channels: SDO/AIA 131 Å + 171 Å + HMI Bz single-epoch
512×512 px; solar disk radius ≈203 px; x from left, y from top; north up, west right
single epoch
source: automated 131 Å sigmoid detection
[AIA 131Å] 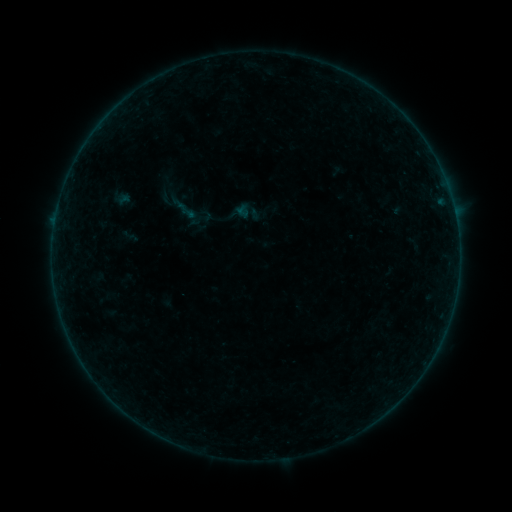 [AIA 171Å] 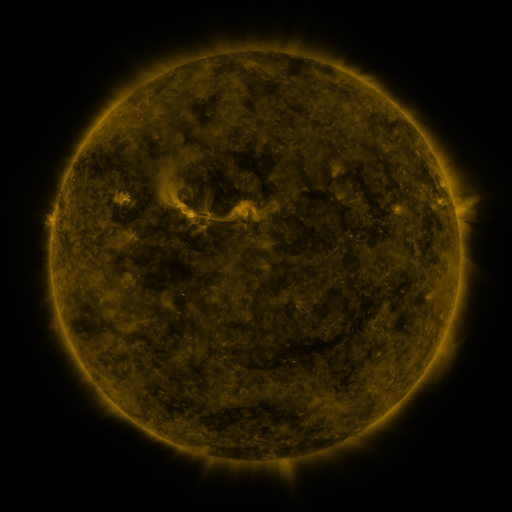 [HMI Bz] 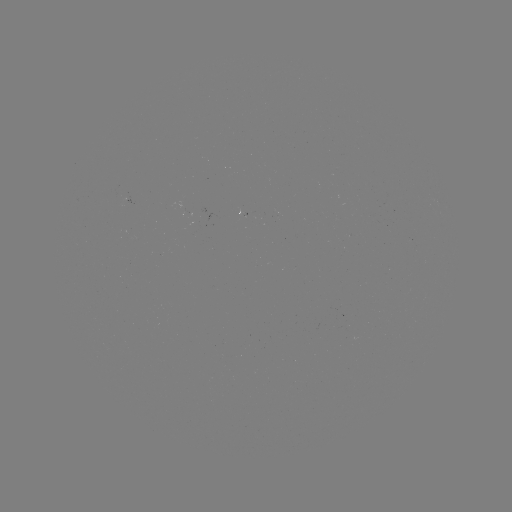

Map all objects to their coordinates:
sigmoid: [198, 208, 213, 223]
